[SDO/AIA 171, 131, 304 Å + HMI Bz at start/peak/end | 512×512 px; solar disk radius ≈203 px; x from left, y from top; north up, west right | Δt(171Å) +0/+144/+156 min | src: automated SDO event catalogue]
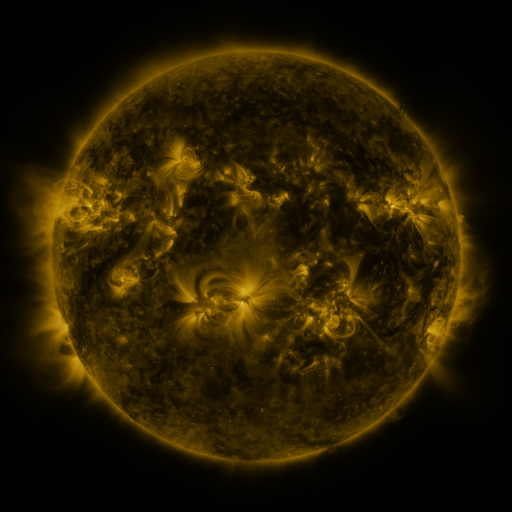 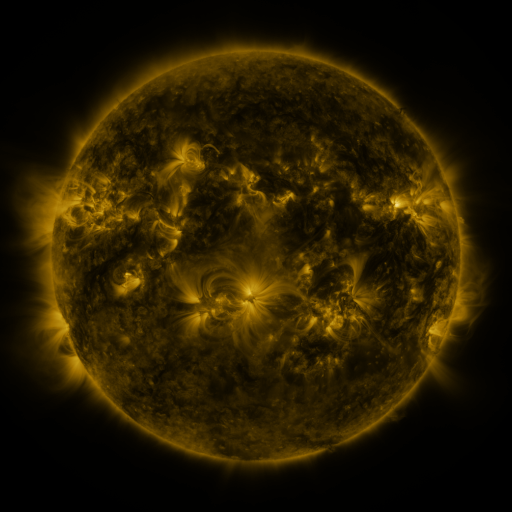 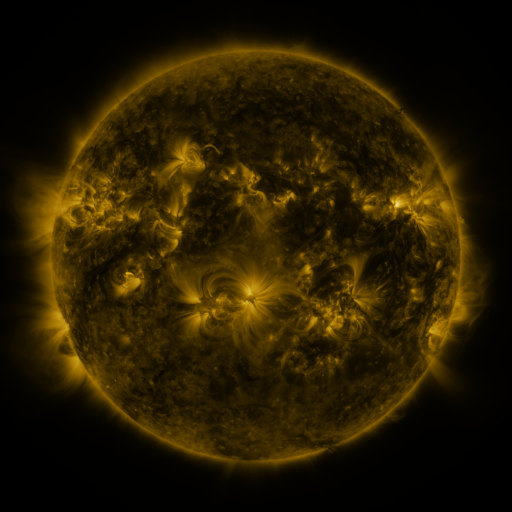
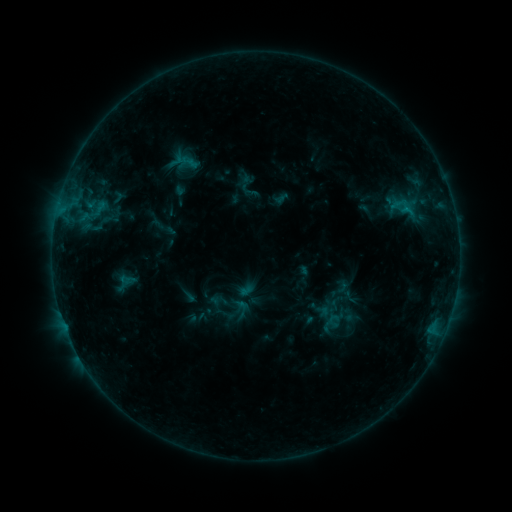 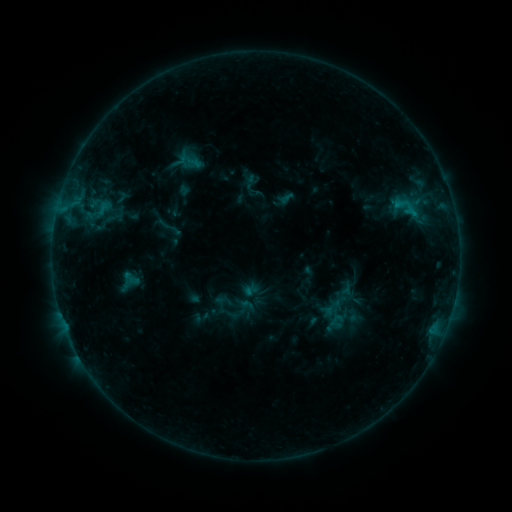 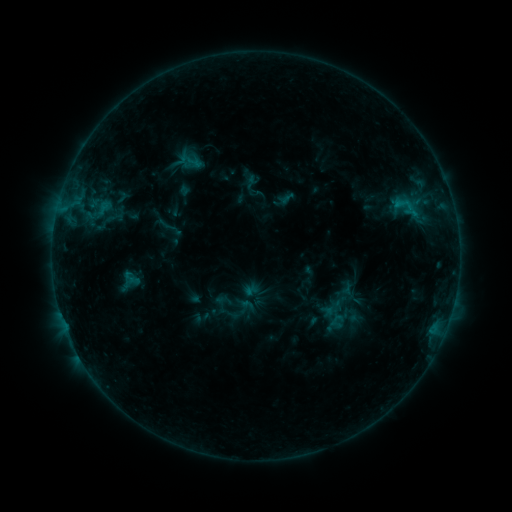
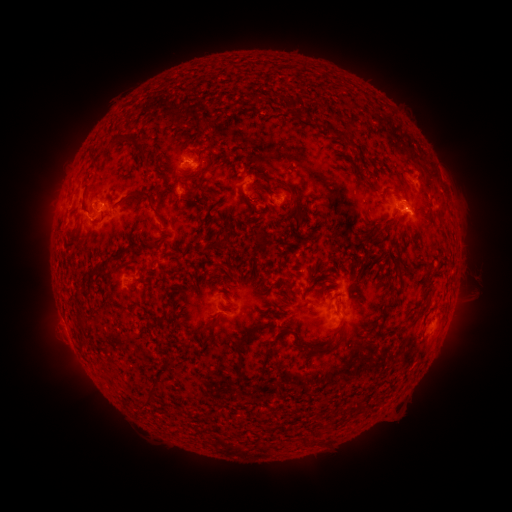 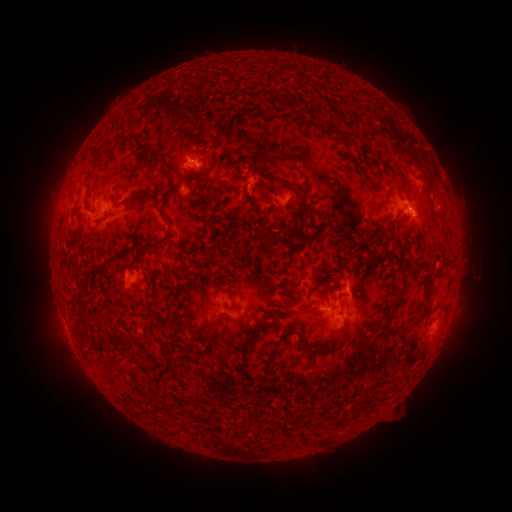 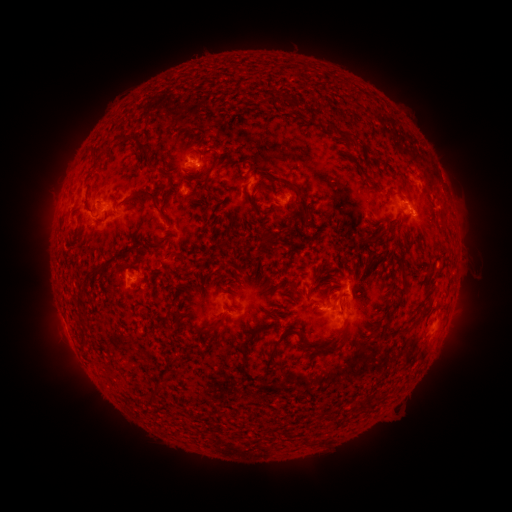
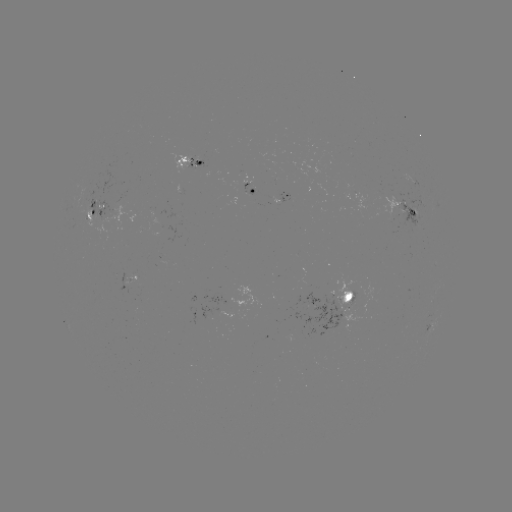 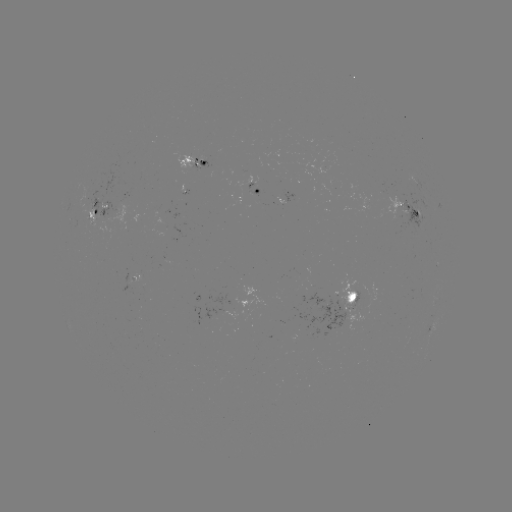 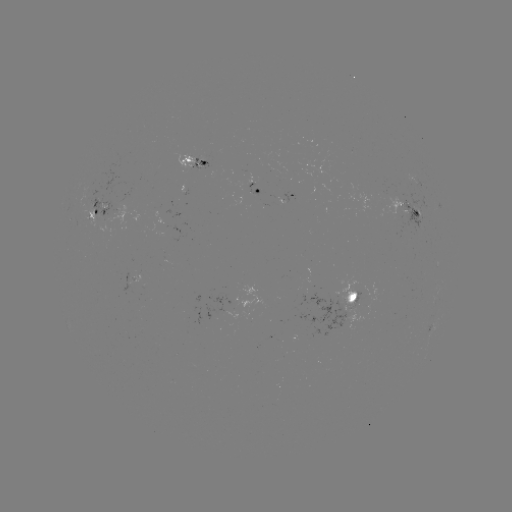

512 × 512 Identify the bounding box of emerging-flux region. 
[337, 279, 357, 308].